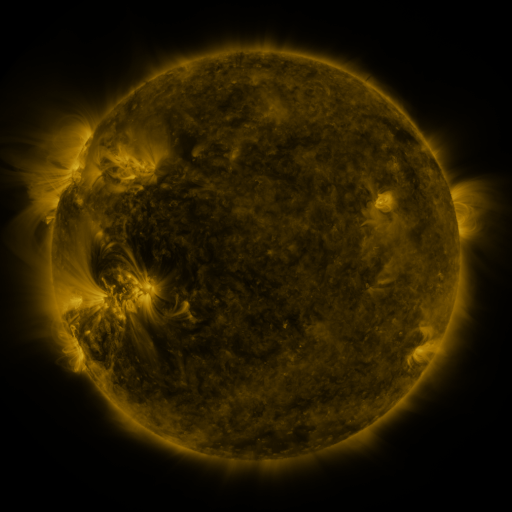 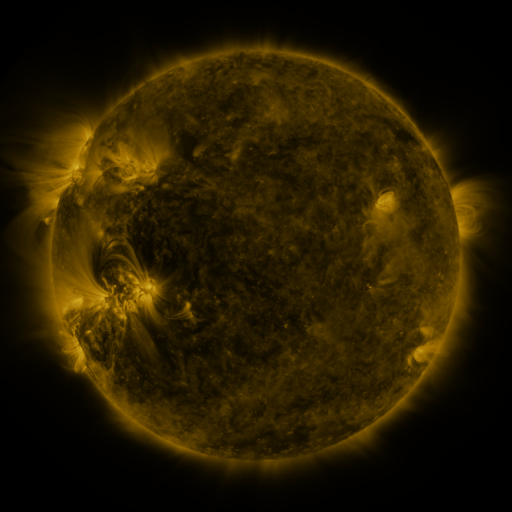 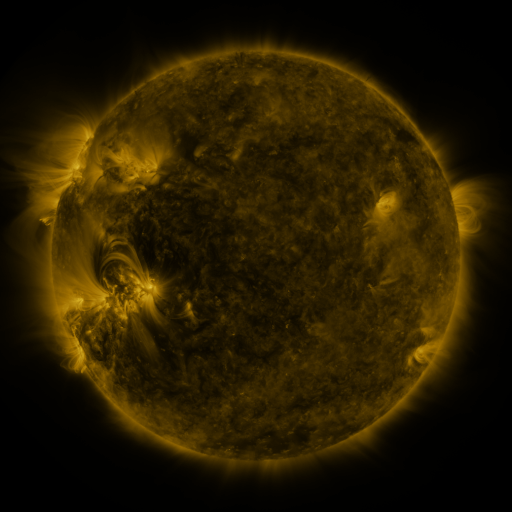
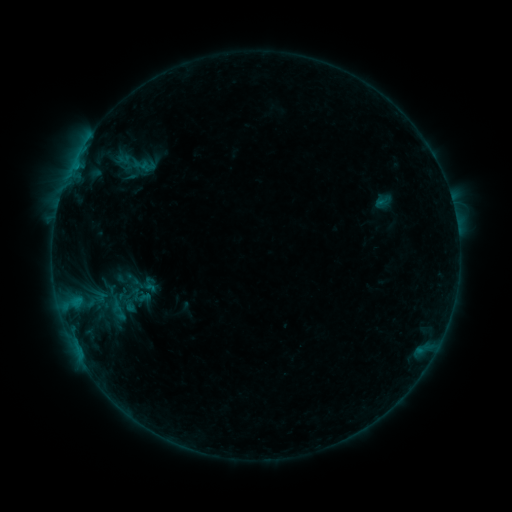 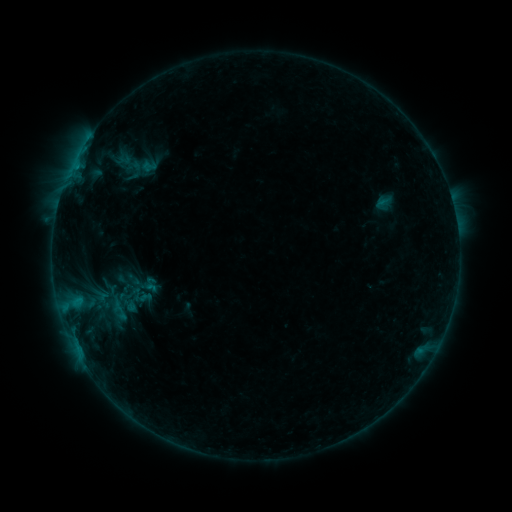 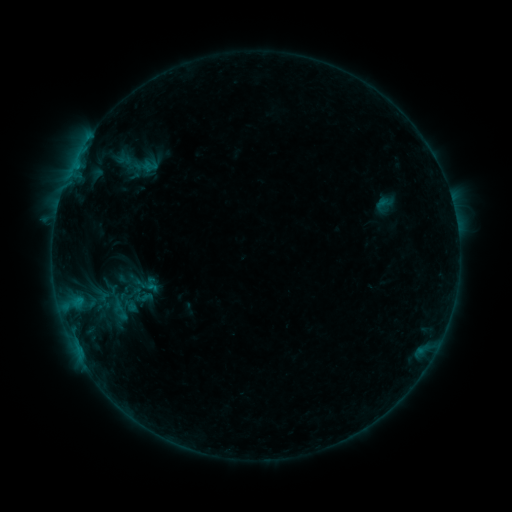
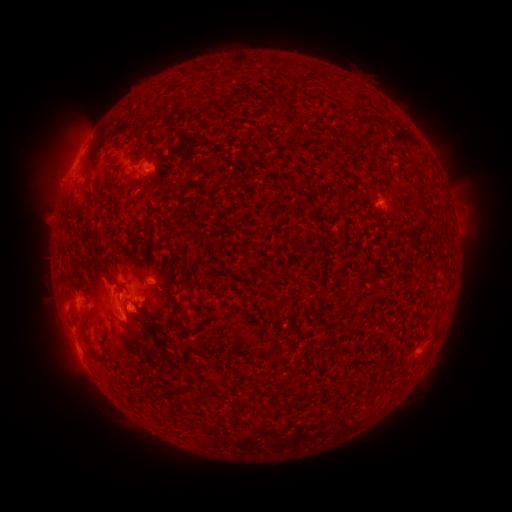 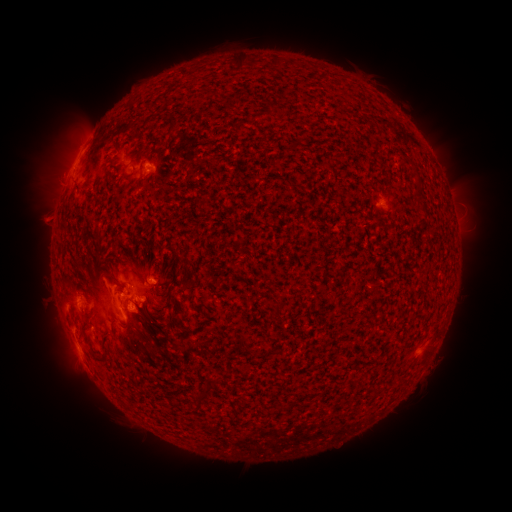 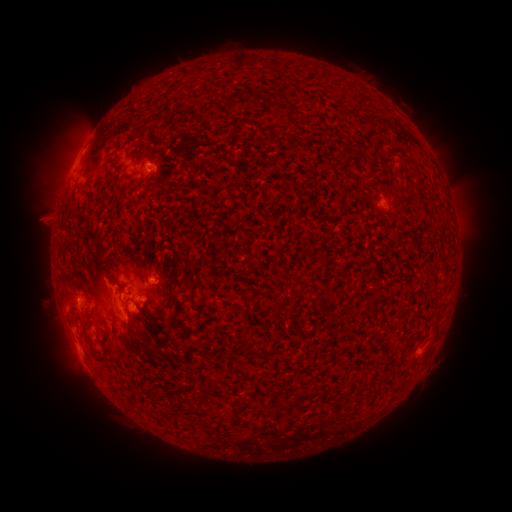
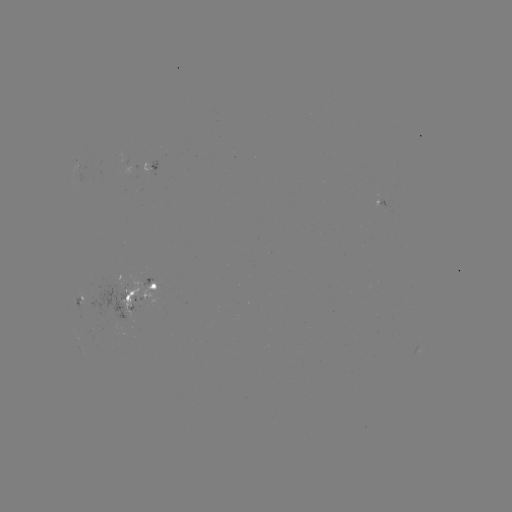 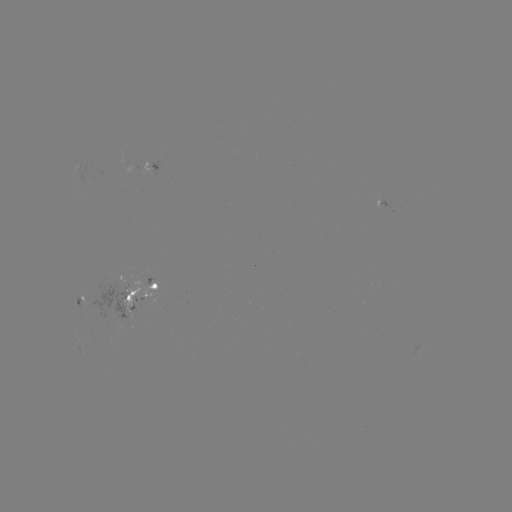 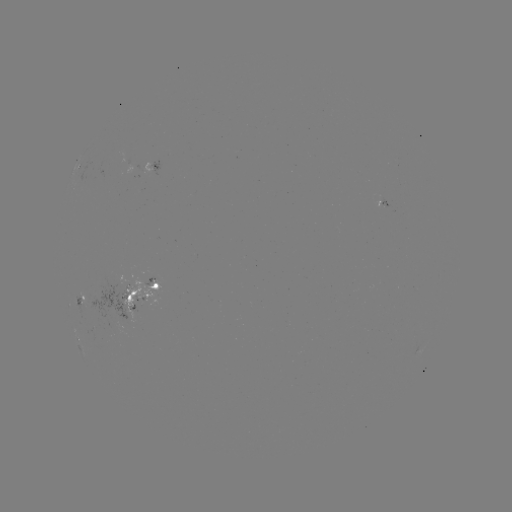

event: emerging-flux region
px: (136, 299)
